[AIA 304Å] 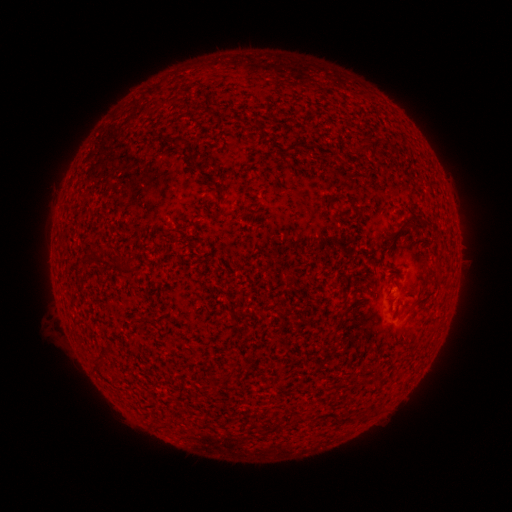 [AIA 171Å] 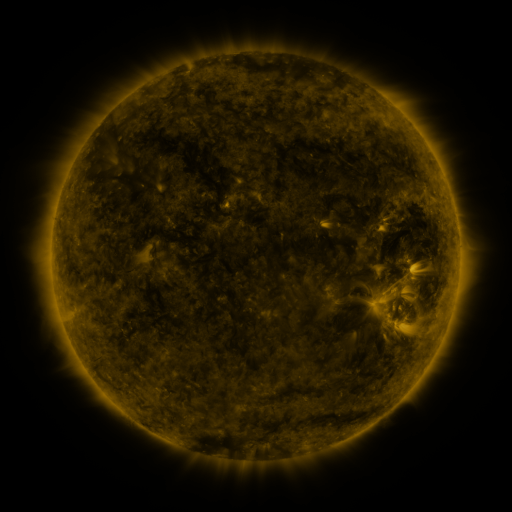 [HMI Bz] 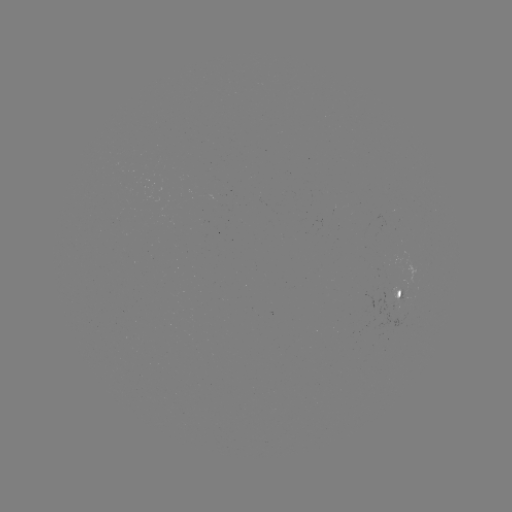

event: spotted active region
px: (403, 296)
